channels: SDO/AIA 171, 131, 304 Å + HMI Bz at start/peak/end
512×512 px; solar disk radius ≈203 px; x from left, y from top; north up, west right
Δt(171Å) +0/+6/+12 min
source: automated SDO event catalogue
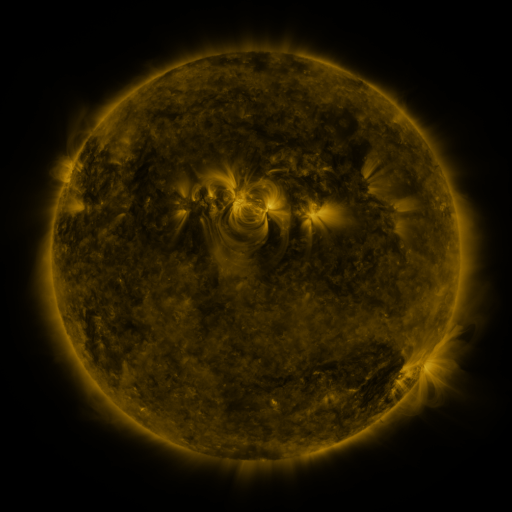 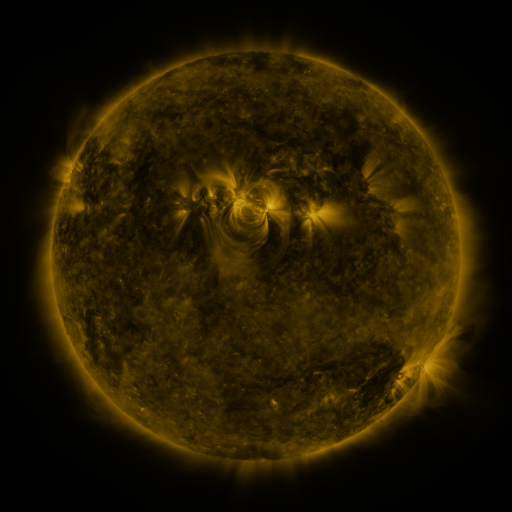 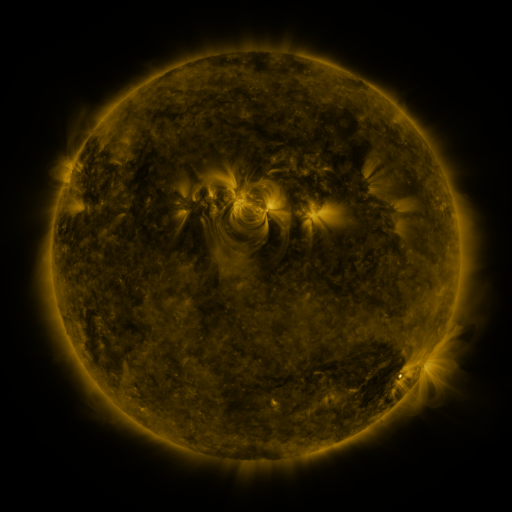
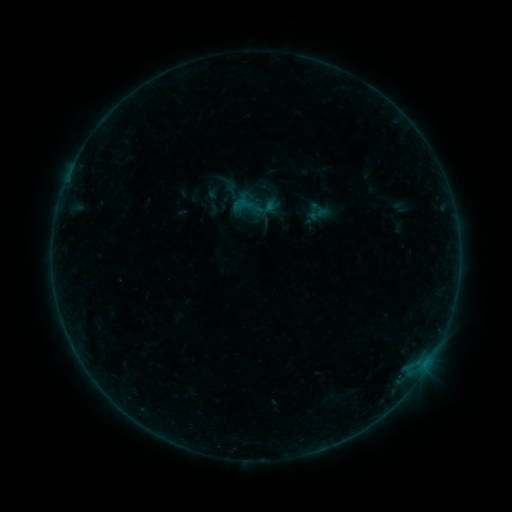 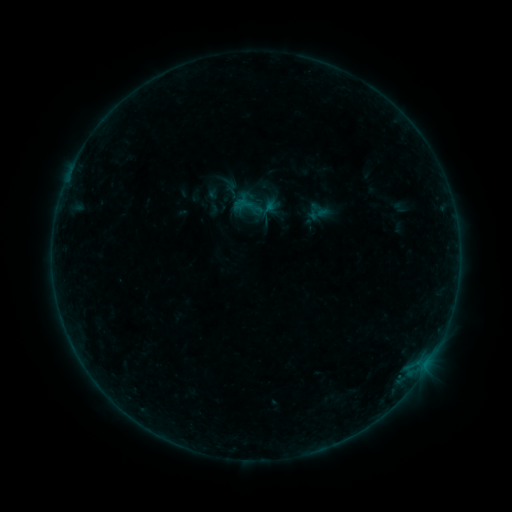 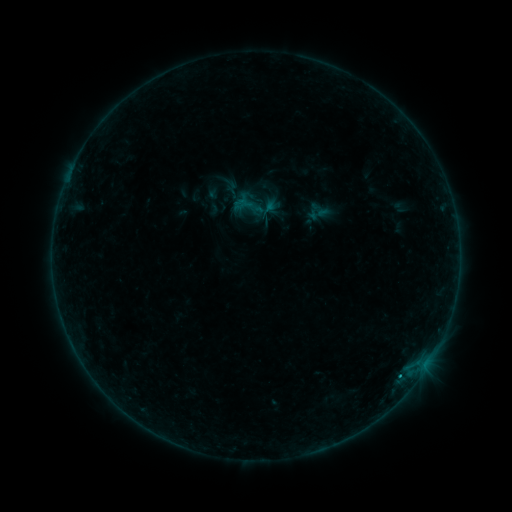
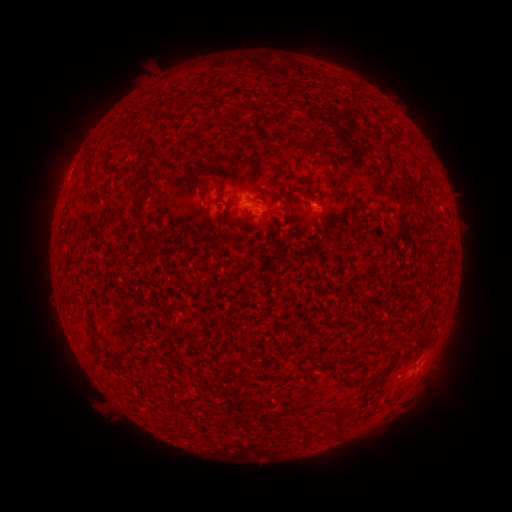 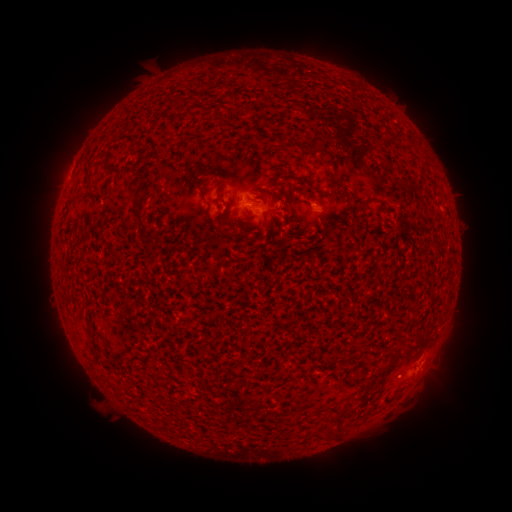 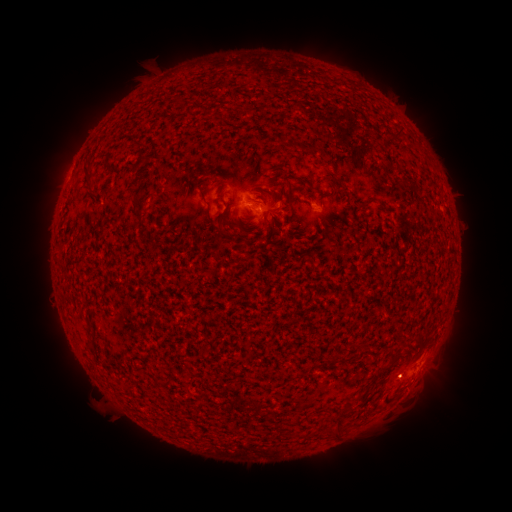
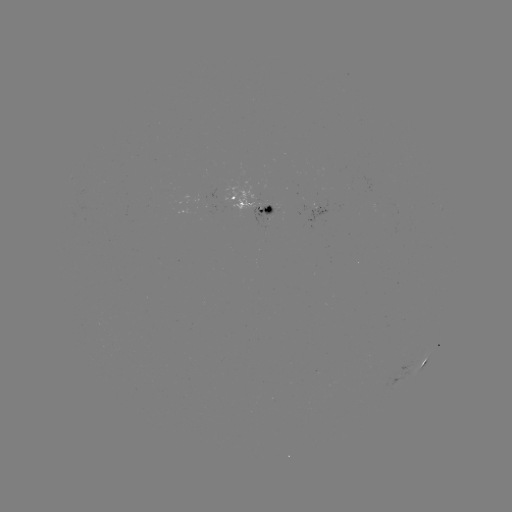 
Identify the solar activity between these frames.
B2.3 flare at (411, 372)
